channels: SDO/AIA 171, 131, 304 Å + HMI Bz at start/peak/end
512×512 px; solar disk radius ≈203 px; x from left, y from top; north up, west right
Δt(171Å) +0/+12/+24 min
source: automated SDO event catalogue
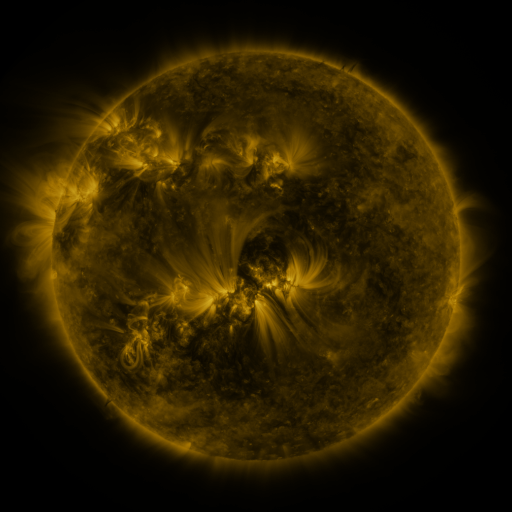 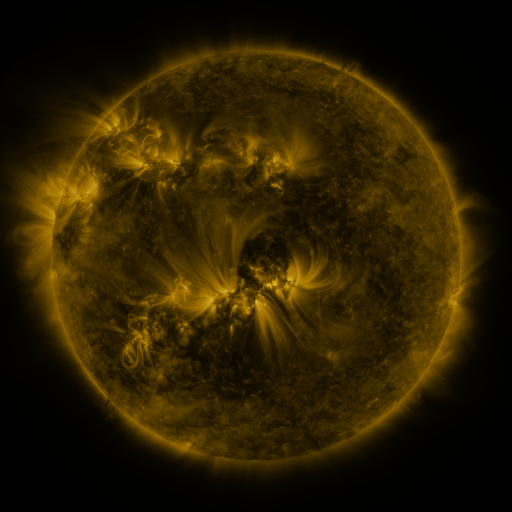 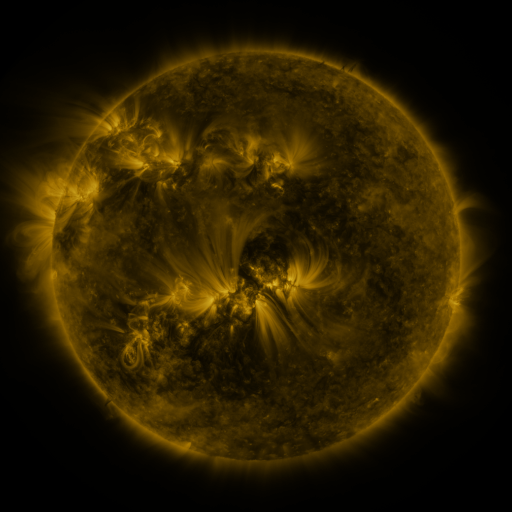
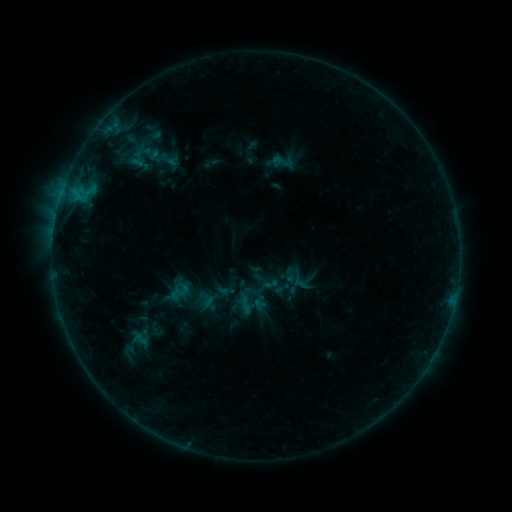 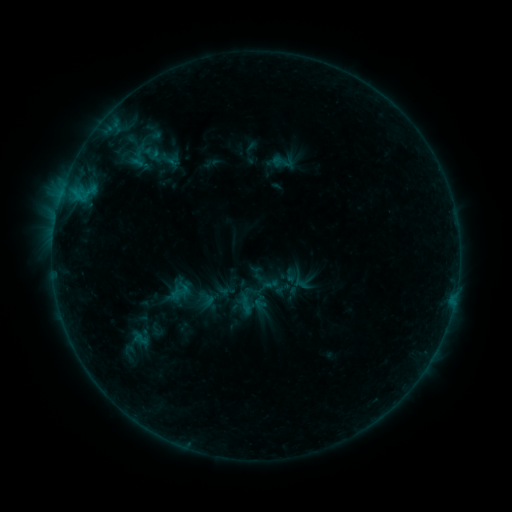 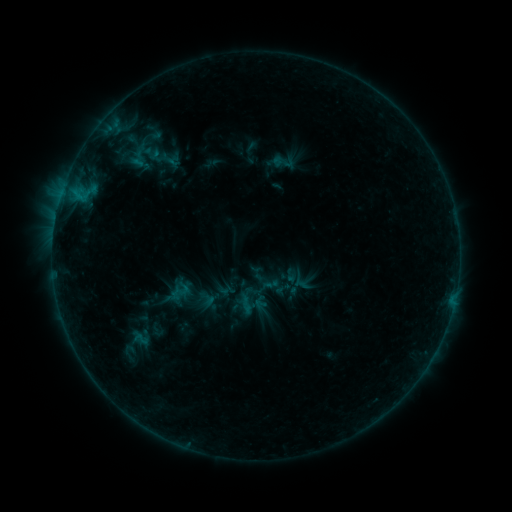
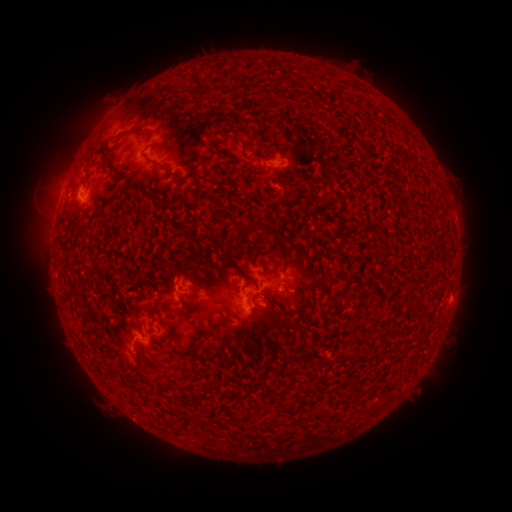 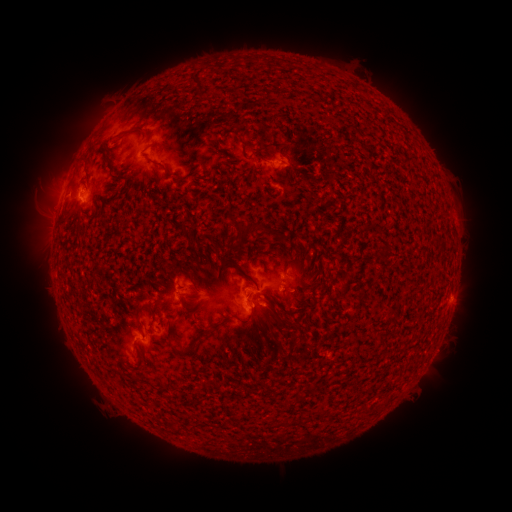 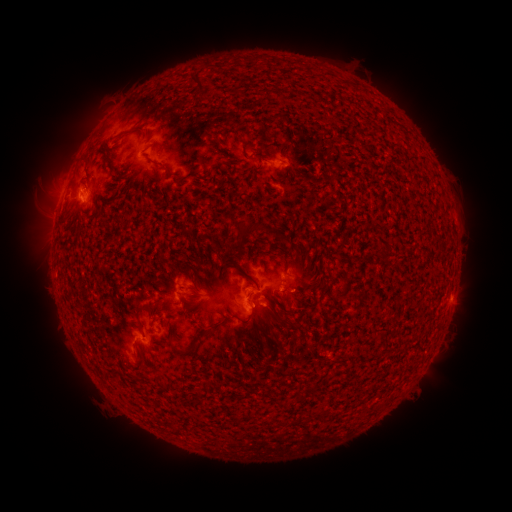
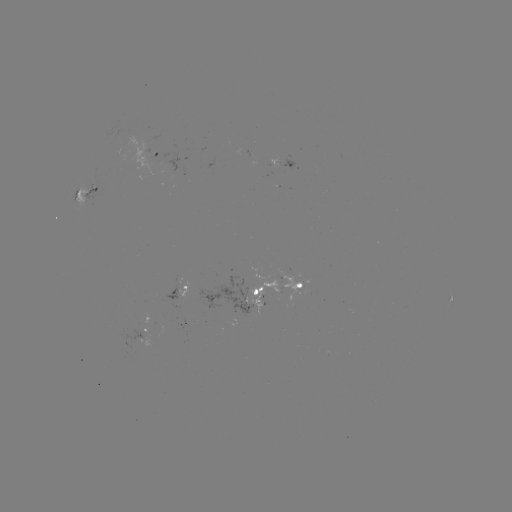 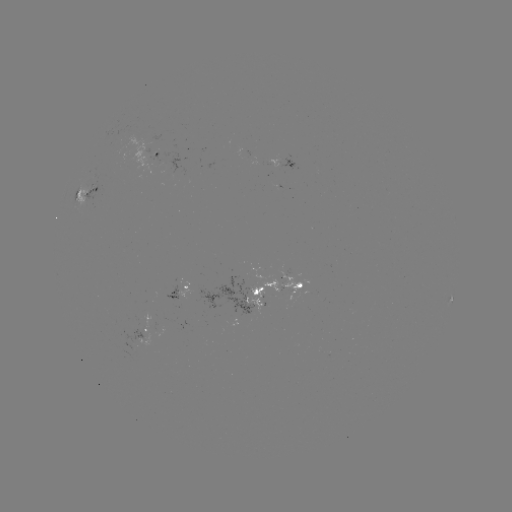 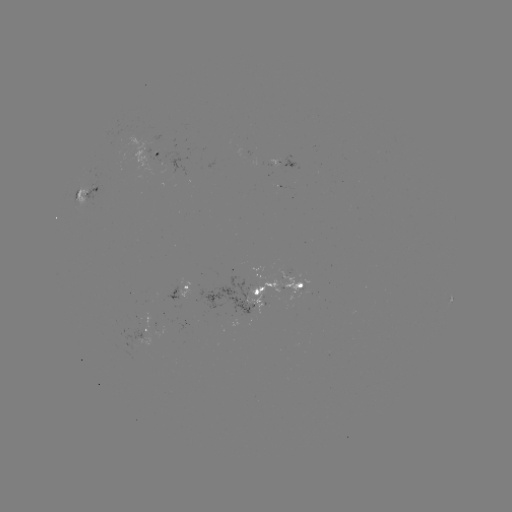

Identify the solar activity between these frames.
nothing was catalogued: no classed flare, no EUV trigger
